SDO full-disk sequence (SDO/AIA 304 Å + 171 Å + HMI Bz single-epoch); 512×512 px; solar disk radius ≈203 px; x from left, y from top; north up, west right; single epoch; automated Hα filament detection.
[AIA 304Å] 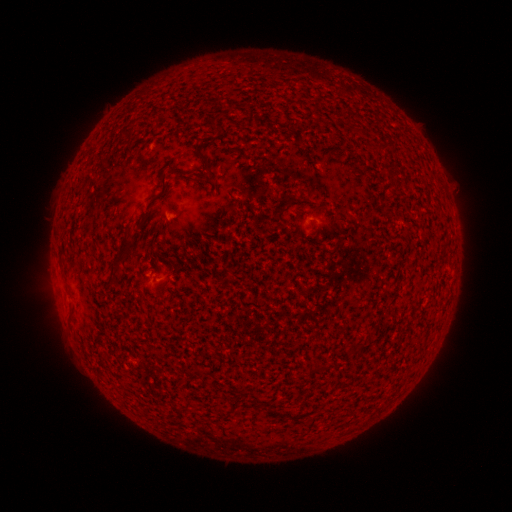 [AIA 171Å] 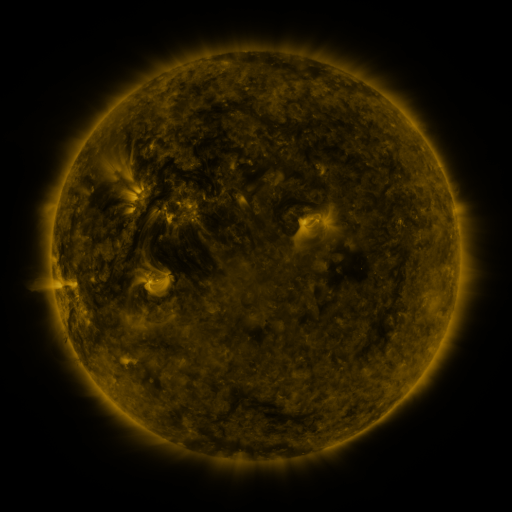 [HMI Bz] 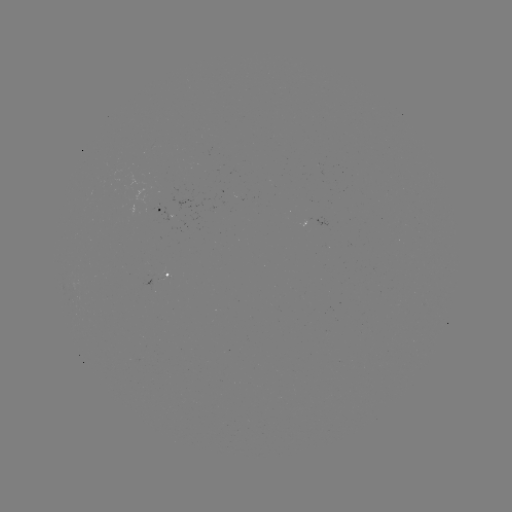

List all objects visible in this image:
filament: (195, 150, 209, 164)
filament: (112, 232, 135, 274)
